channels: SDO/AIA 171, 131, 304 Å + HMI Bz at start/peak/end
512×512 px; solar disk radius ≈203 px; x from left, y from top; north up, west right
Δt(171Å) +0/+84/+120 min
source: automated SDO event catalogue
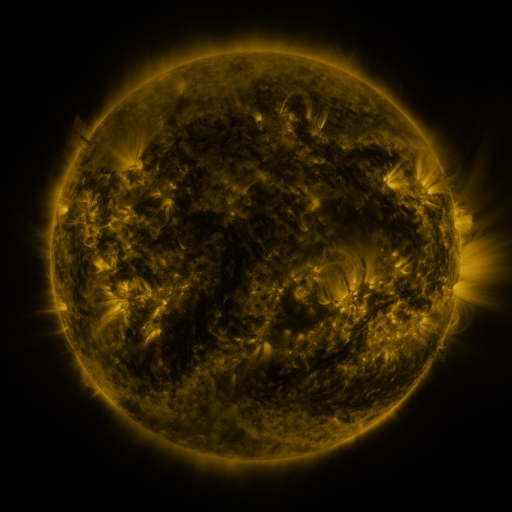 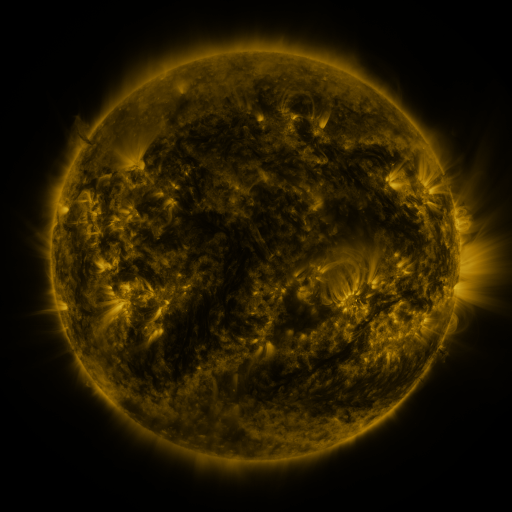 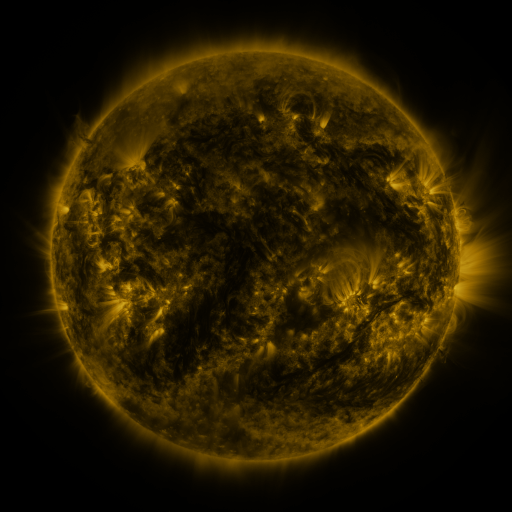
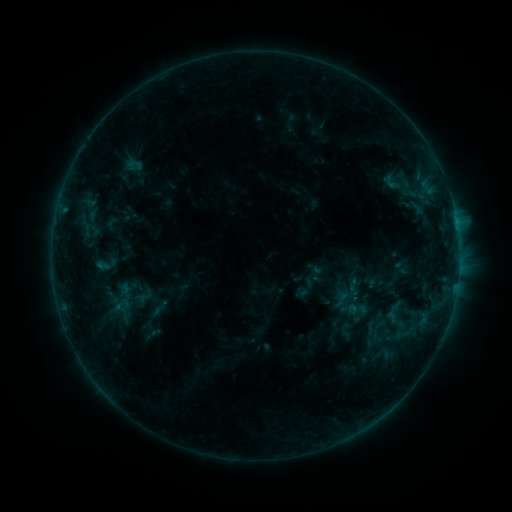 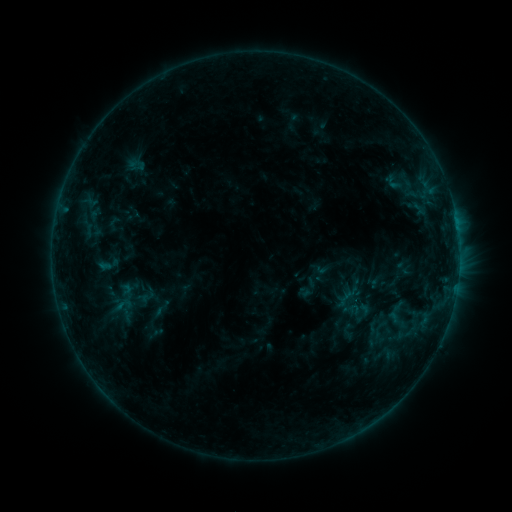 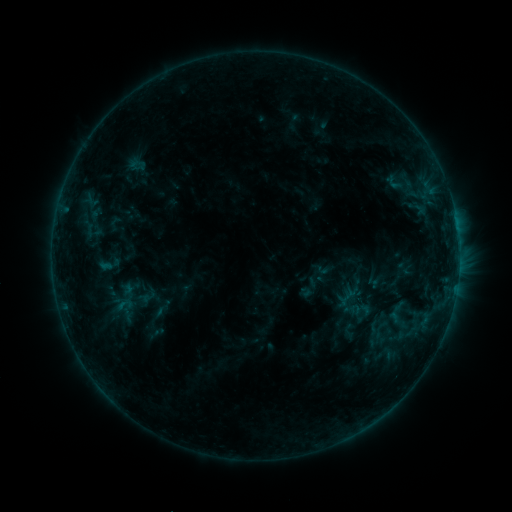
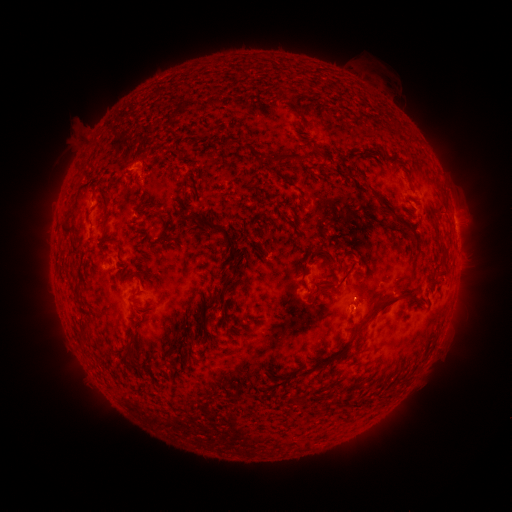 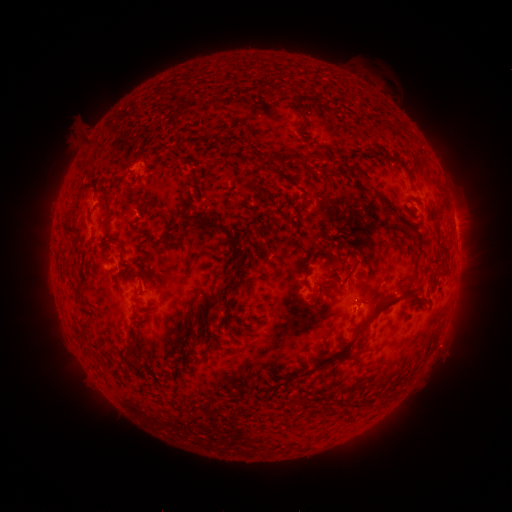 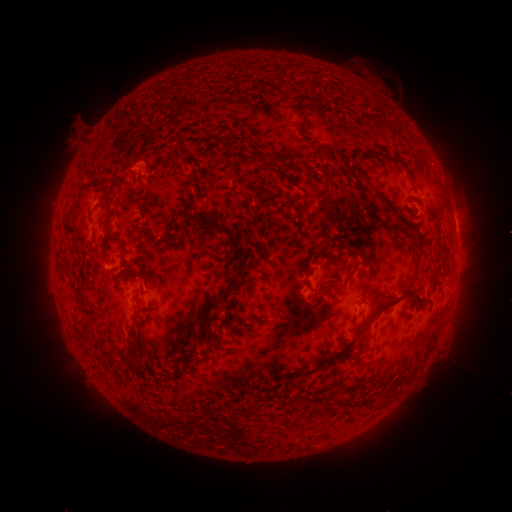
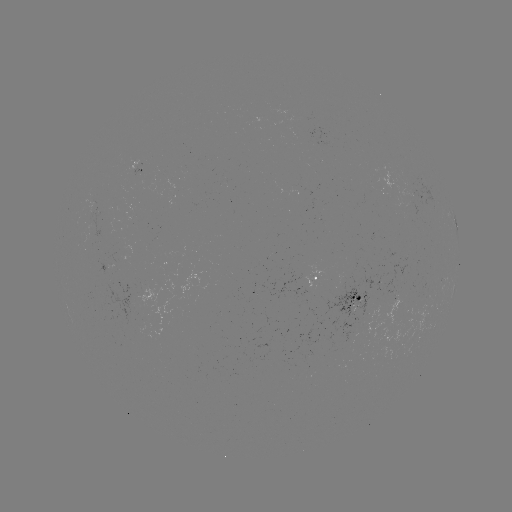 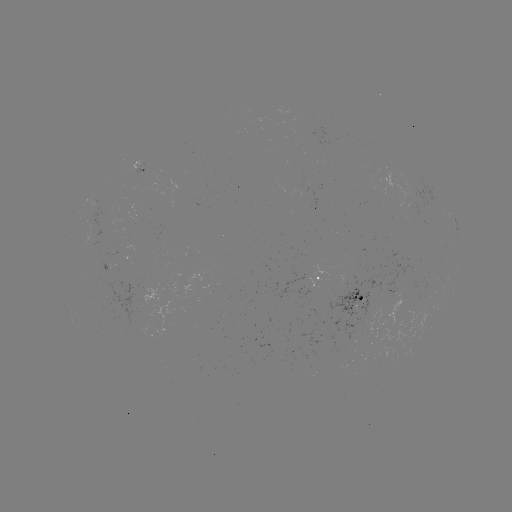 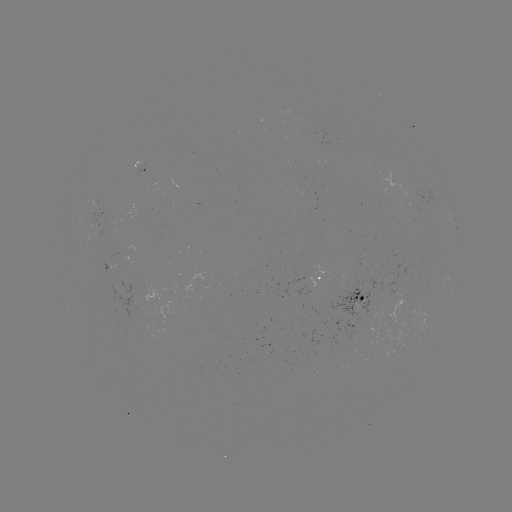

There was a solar emerging-flux region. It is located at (310, 291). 